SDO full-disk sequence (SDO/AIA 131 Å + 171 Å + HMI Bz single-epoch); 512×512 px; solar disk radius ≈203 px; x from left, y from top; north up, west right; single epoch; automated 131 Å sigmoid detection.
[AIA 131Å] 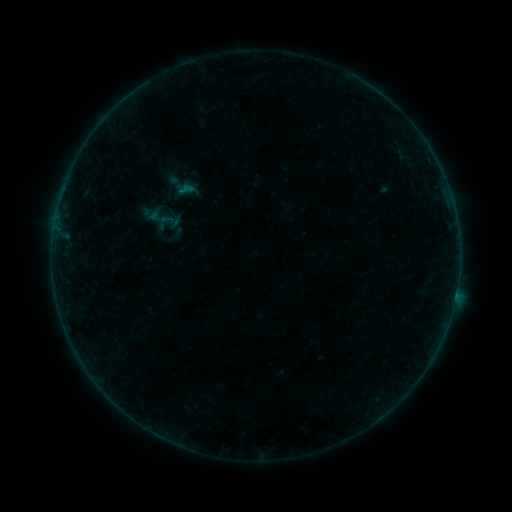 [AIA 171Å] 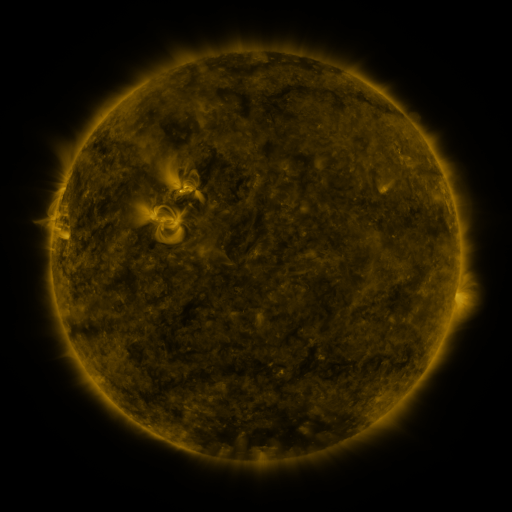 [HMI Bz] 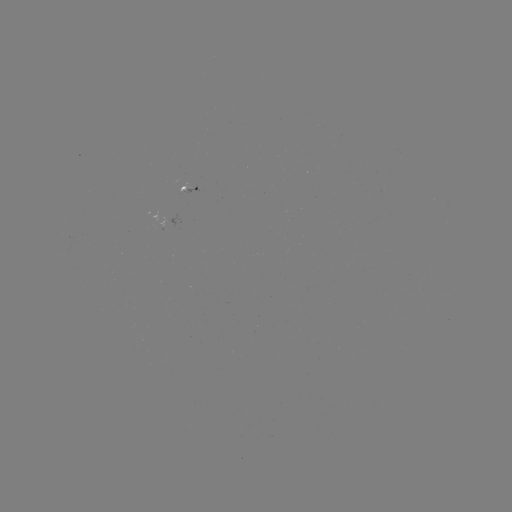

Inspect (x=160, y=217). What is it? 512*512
sigmoid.